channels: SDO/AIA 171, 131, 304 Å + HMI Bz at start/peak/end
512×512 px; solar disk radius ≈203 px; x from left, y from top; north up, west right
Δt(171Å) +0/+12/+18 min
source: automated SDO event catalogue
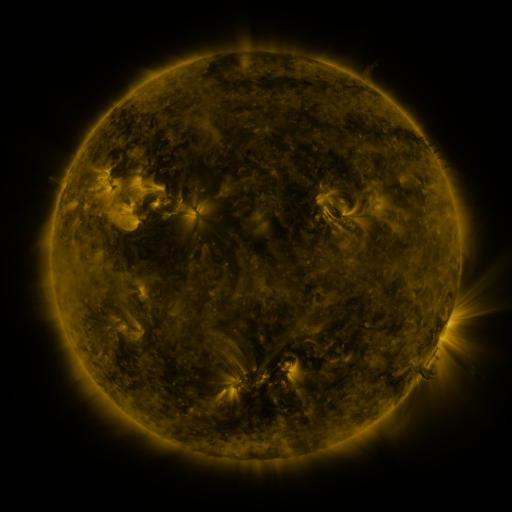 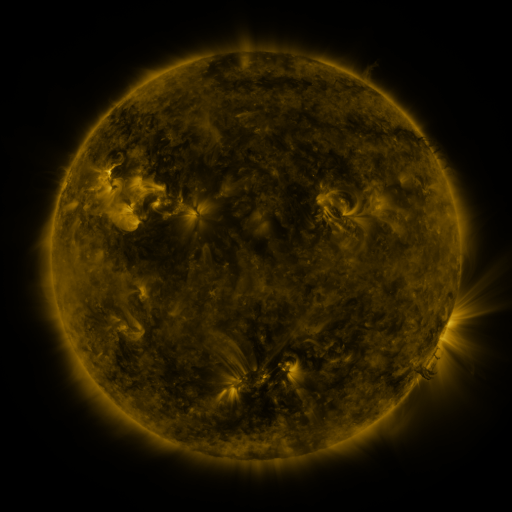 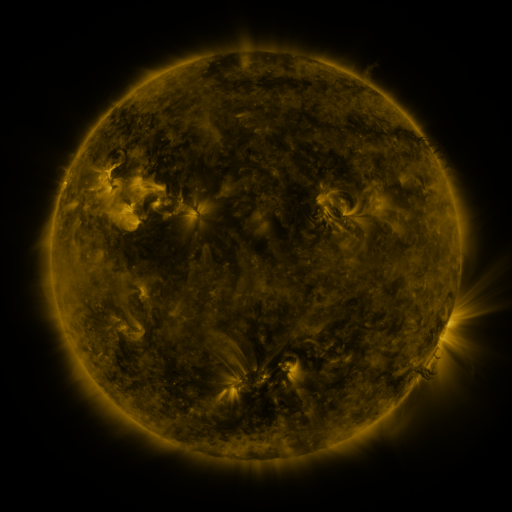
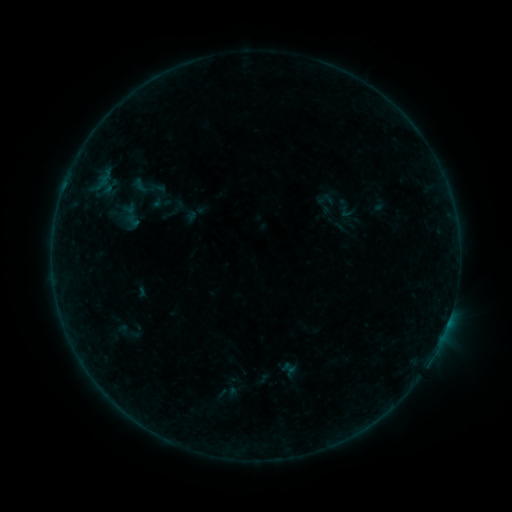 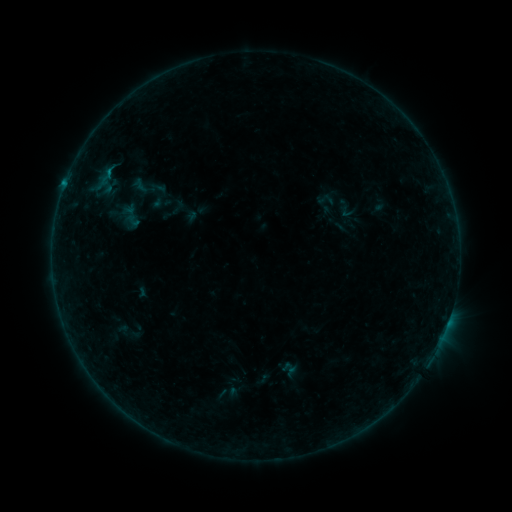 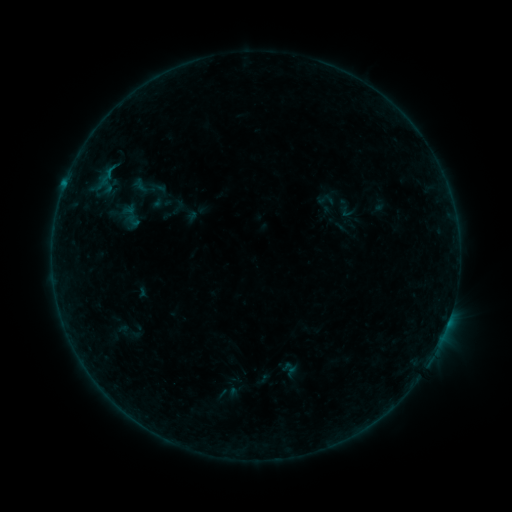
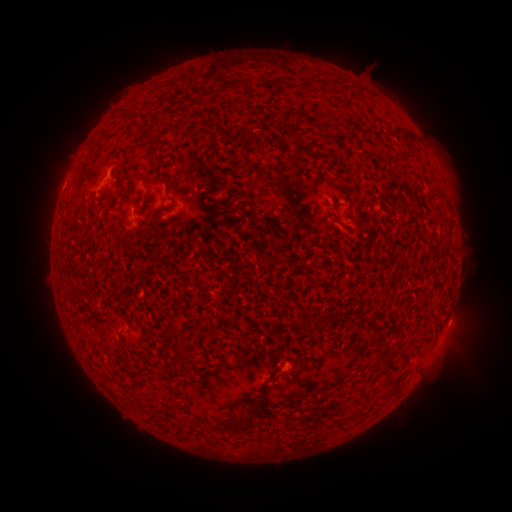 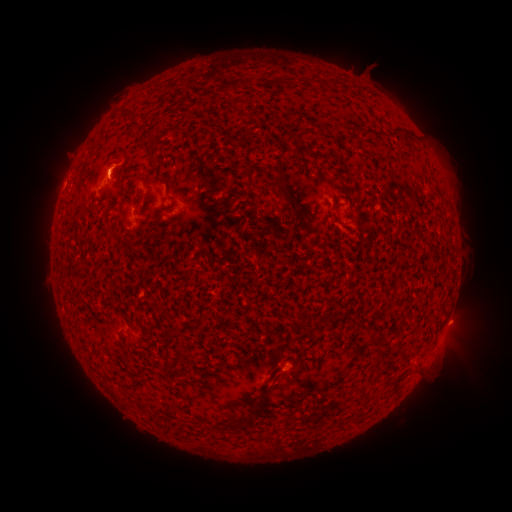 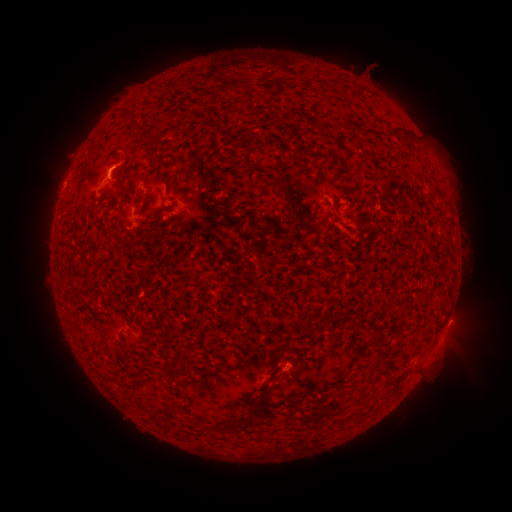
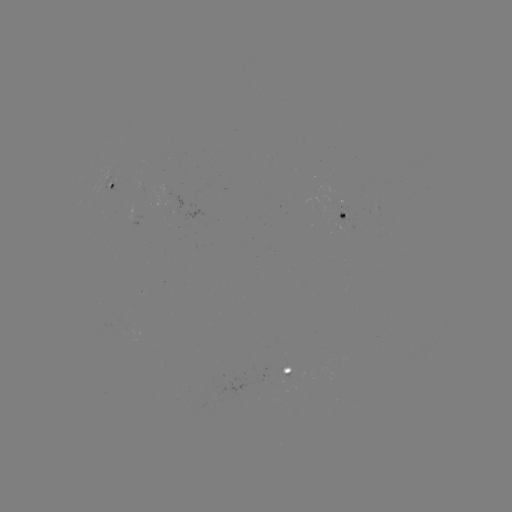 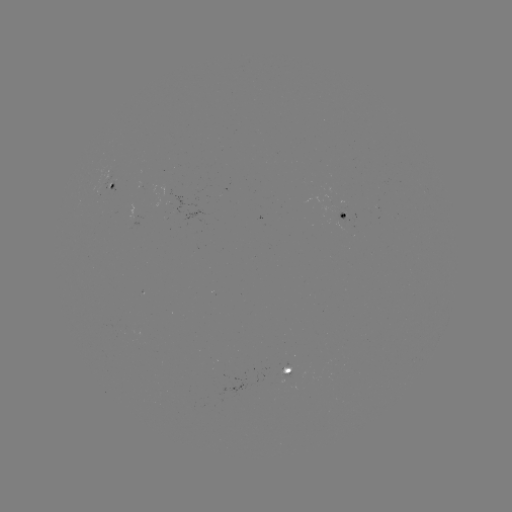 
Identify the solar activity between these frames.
B3.1 flare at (109, 173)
